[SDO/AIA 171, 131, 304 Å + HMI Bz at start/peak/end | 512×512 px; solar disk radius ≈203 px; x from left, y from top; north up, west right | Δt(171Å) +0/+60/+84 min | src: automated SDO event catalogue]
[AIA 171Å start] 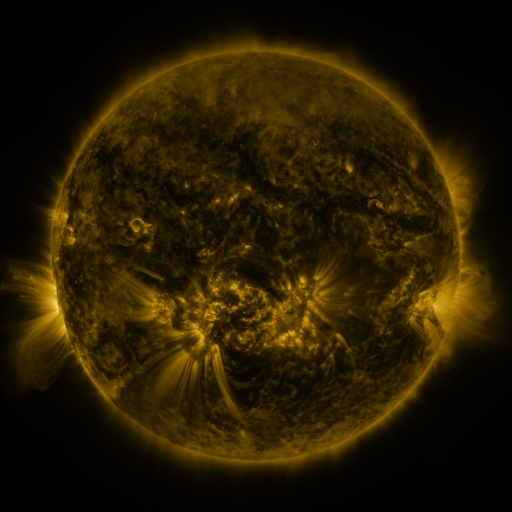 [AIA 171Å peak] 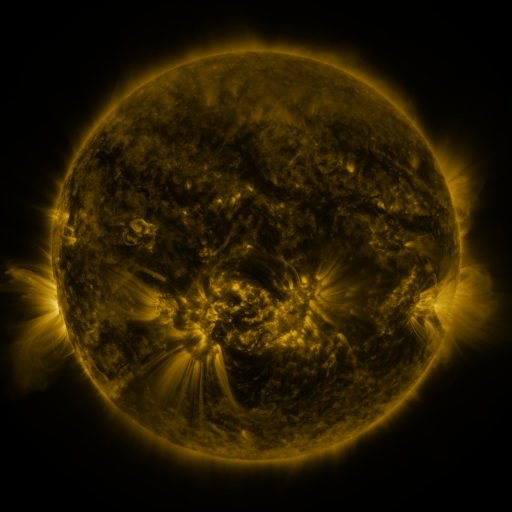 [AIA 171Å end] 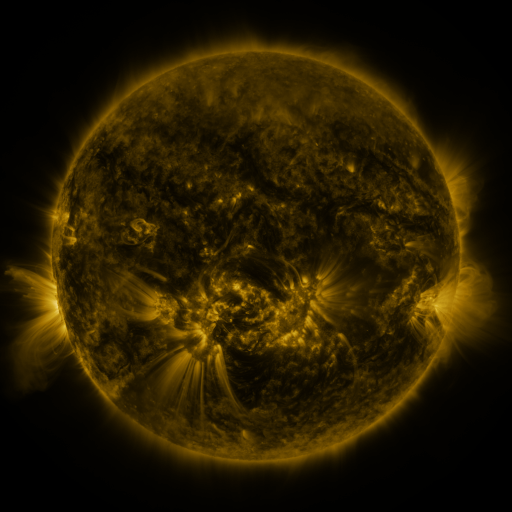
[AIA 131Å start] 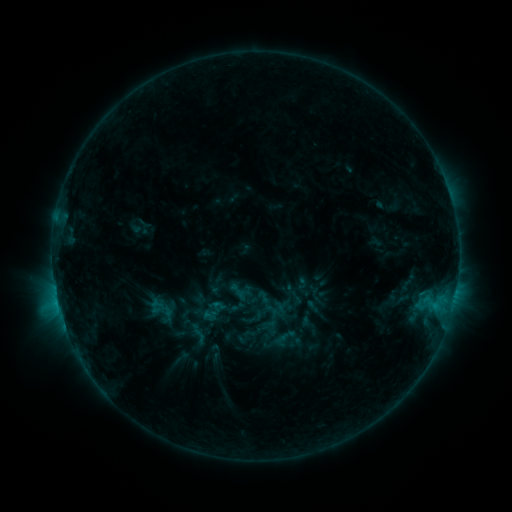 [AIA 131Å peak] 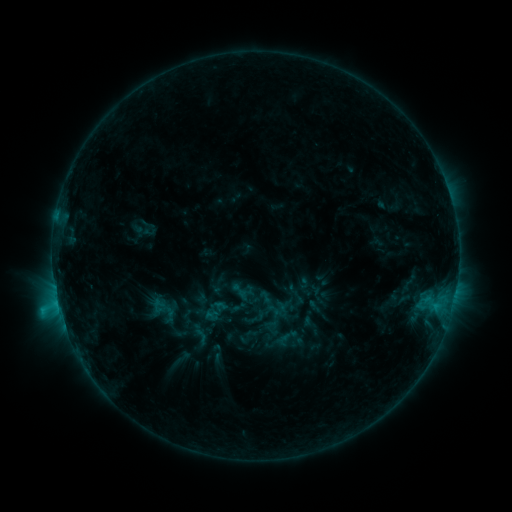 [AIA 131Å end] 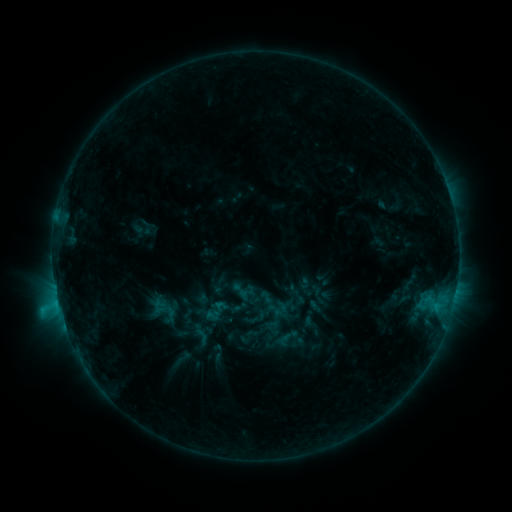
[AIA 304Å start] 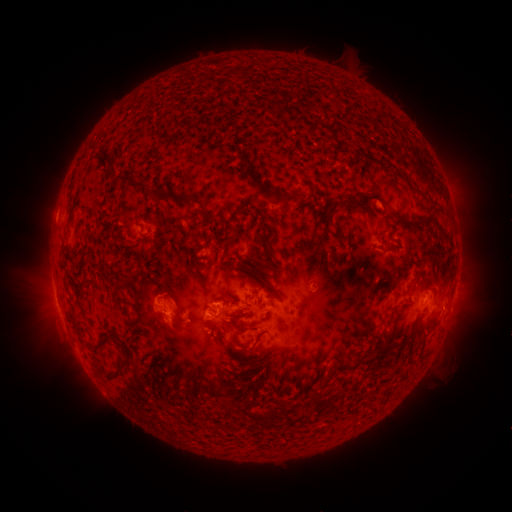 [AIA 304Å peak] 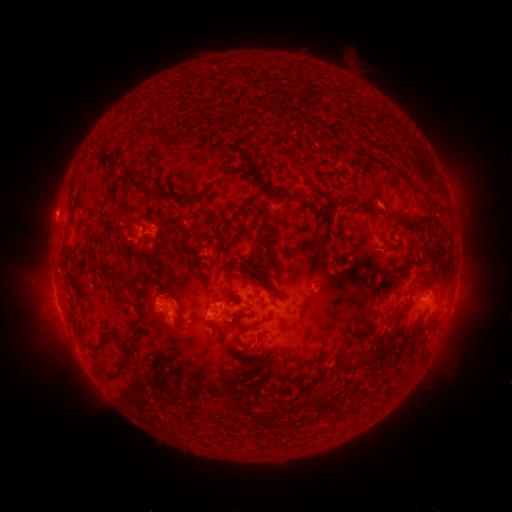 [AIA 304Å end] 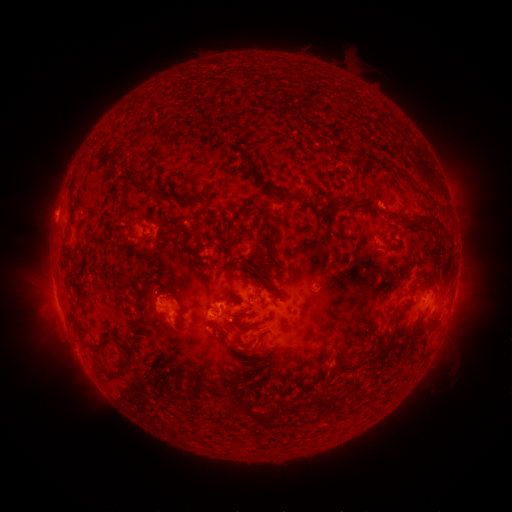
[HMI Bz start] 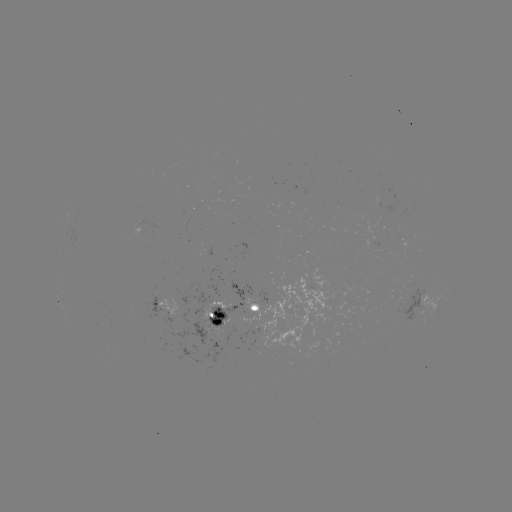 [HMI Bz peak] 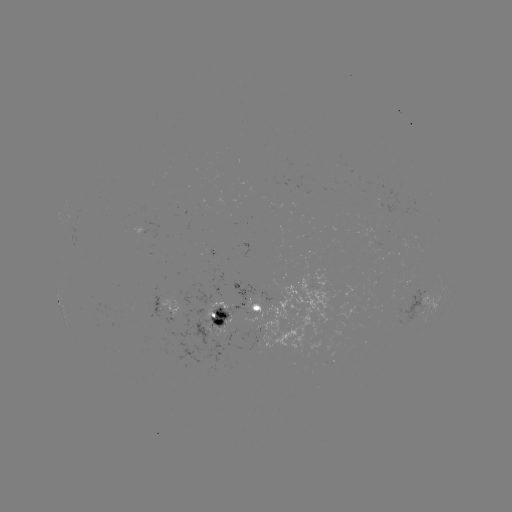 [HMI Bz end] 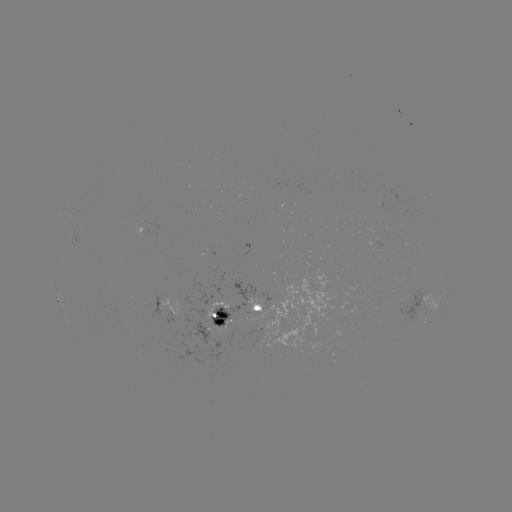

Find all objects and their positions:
emerging-flux region: (376, 246)
